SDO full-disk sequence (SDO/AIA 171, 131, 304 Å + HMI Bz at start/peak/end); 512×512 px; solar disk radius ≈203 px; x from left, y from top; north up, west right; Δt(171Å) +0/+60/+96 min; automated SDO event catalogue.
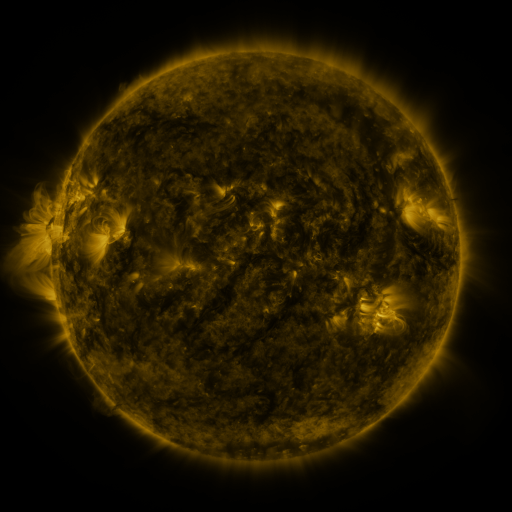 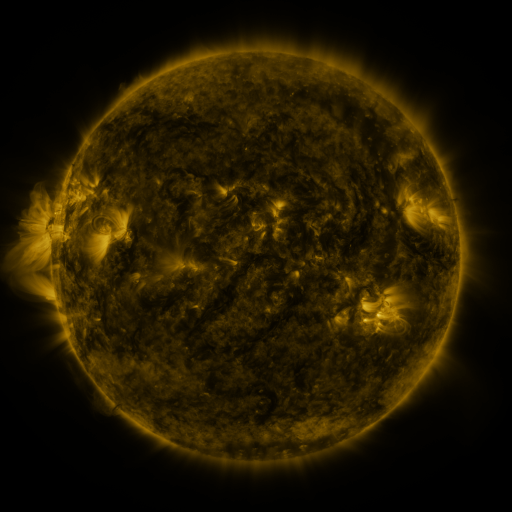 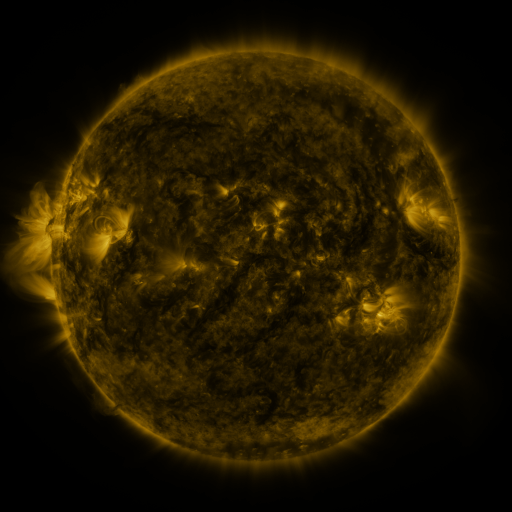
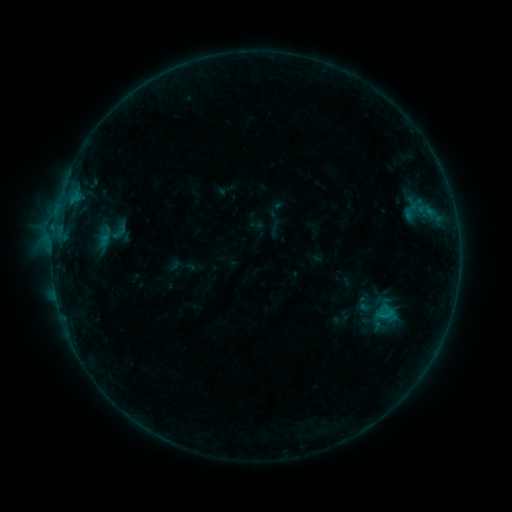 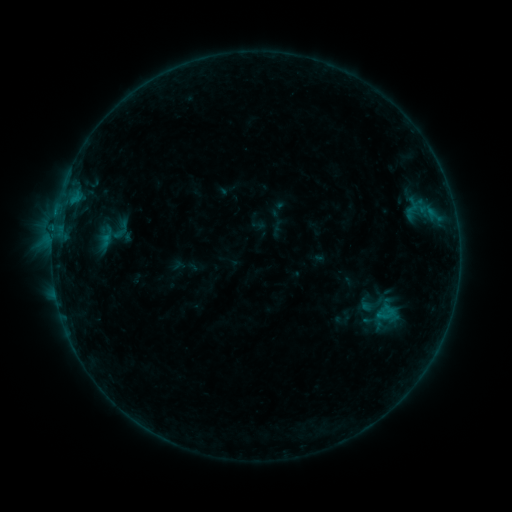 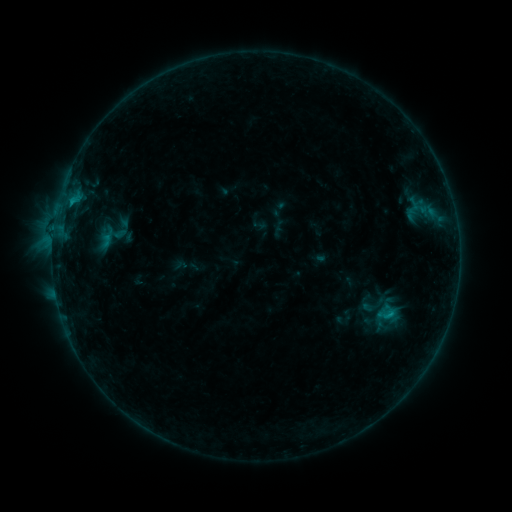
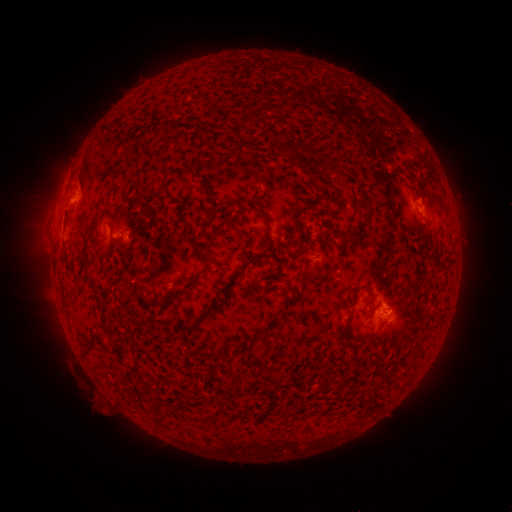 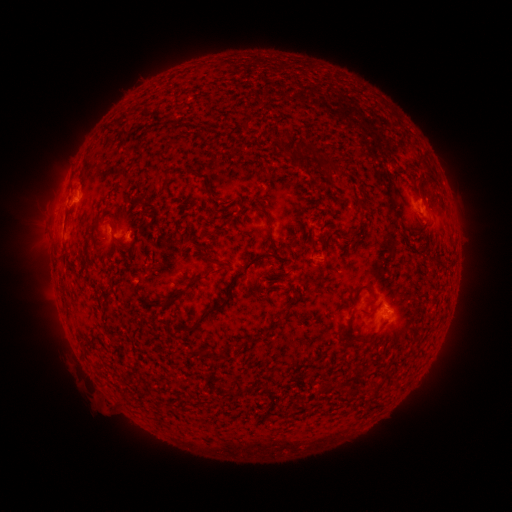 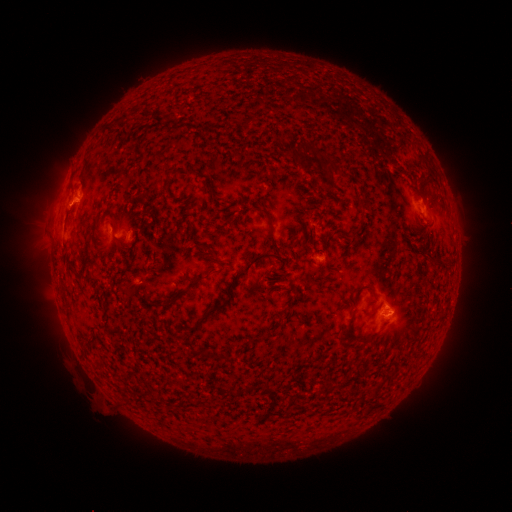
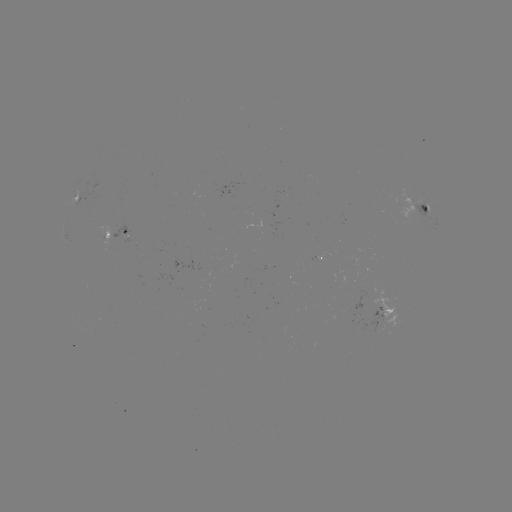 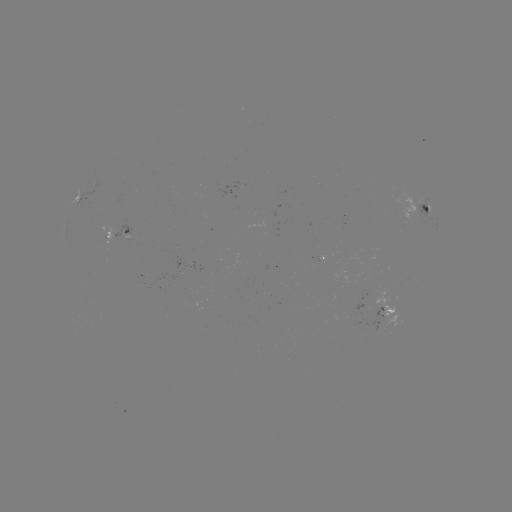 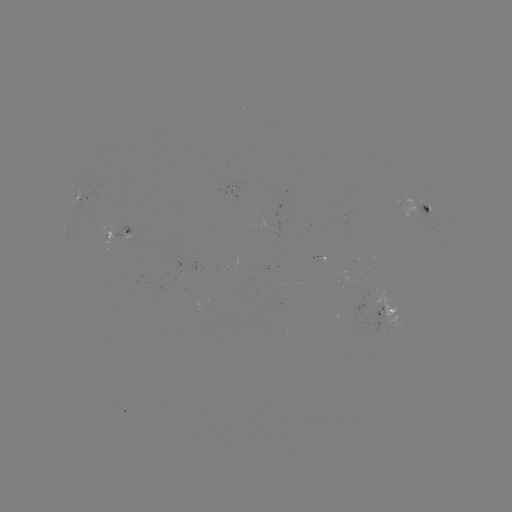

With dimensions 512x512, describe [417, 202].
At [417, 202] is emerging-flux region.